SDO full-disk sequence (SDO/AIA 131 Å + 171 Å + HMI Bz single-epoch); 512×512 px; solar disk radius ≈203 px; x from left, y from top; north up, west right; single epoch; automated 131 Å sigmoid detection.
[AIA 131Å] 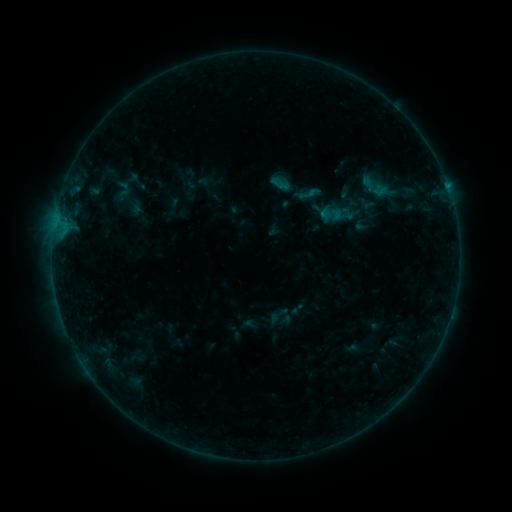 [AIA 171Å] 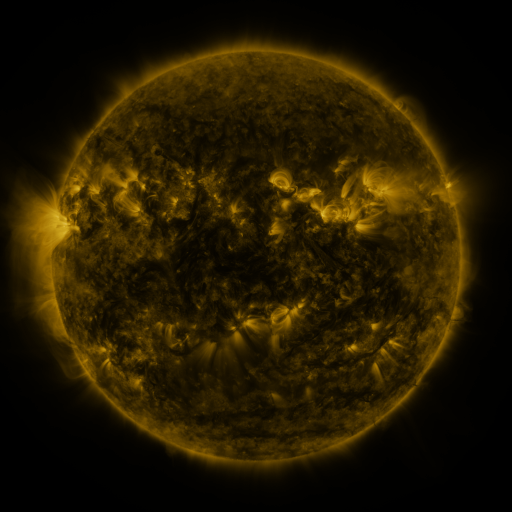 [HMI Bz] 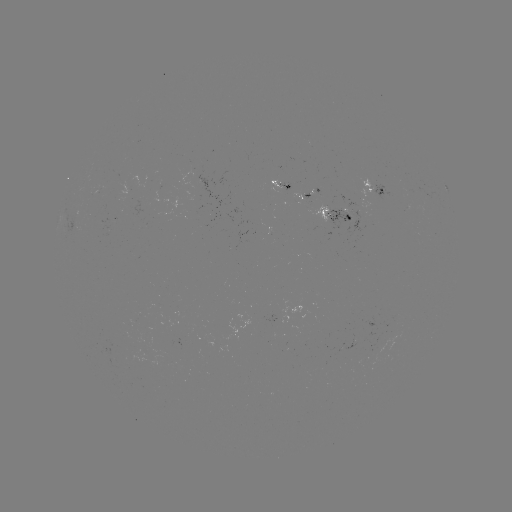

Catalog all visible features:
sigmoid: <bbox>294, 181, 324, 207</bbox>
sigmoid: <bbox>318, 206, 339, 224</bbox>
